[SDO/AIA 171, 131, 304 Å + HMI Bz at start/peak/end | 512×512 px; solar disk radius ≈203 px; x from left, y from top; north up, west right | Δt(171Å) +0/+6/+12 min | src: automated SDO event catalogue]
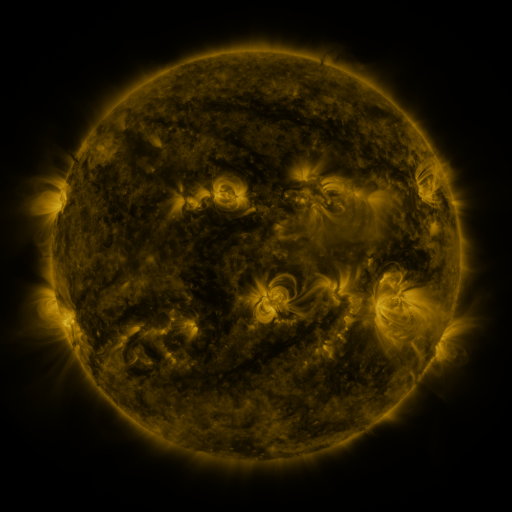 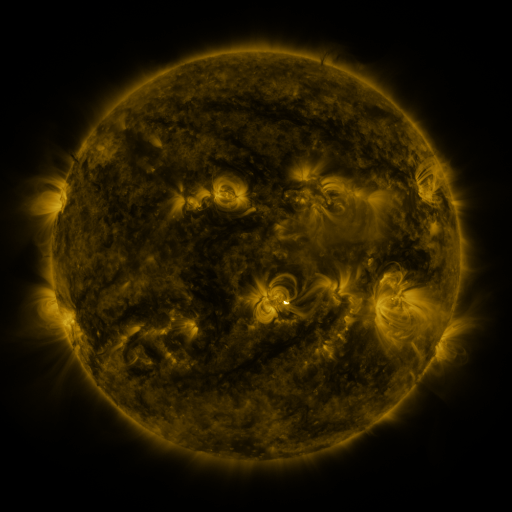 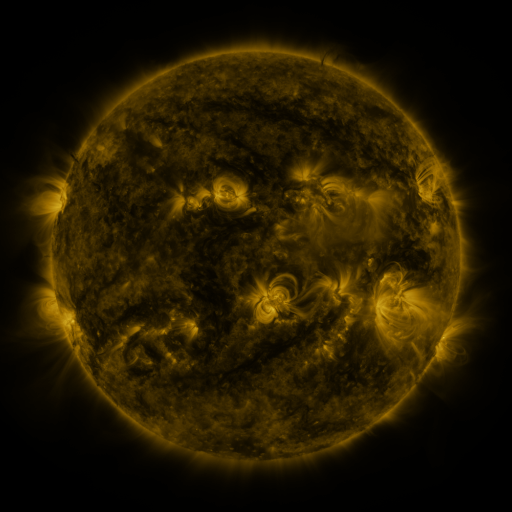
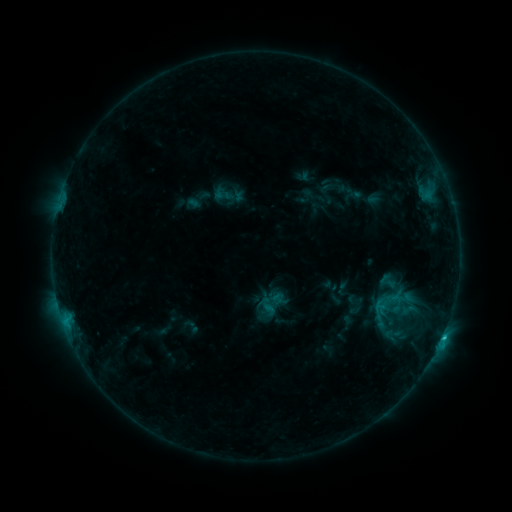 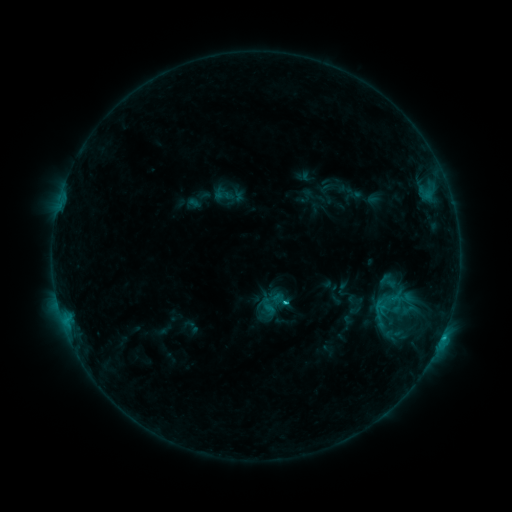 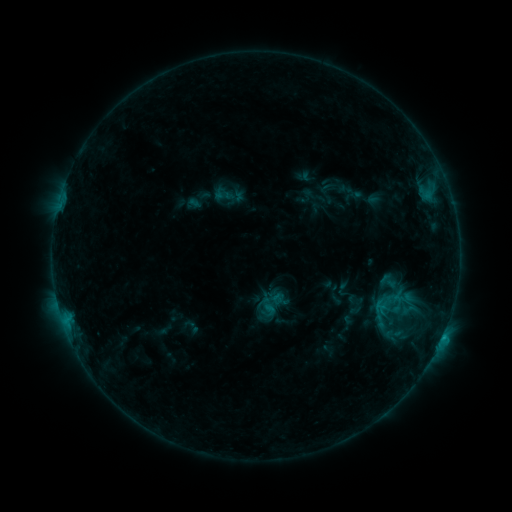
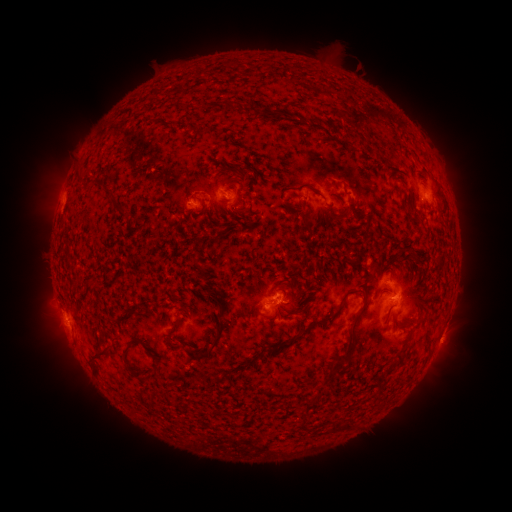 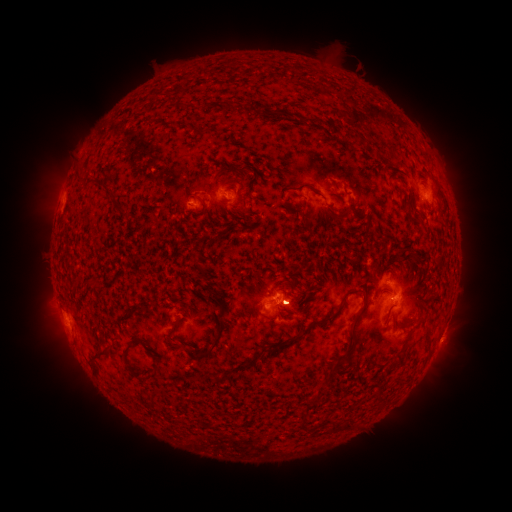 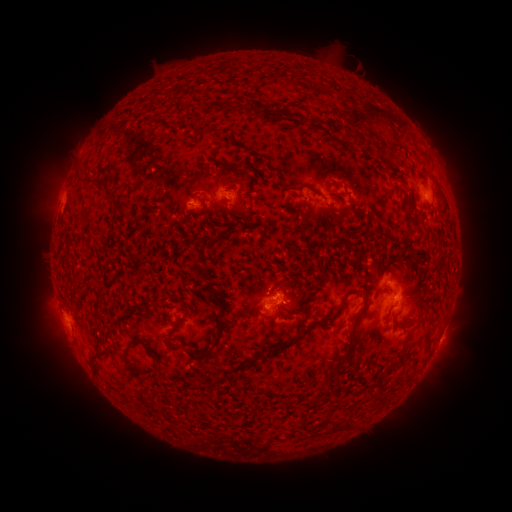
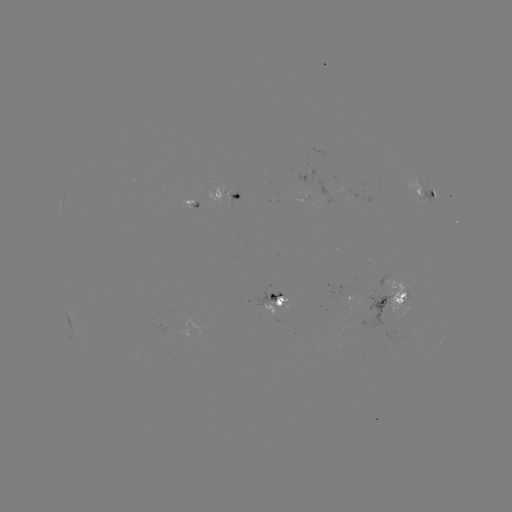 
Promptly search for eruption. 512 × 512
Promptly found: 296,299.